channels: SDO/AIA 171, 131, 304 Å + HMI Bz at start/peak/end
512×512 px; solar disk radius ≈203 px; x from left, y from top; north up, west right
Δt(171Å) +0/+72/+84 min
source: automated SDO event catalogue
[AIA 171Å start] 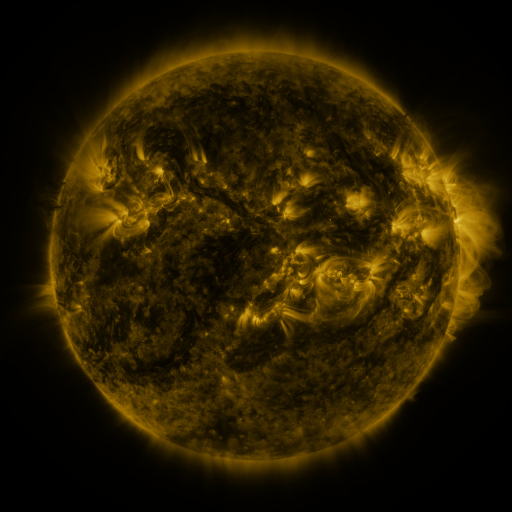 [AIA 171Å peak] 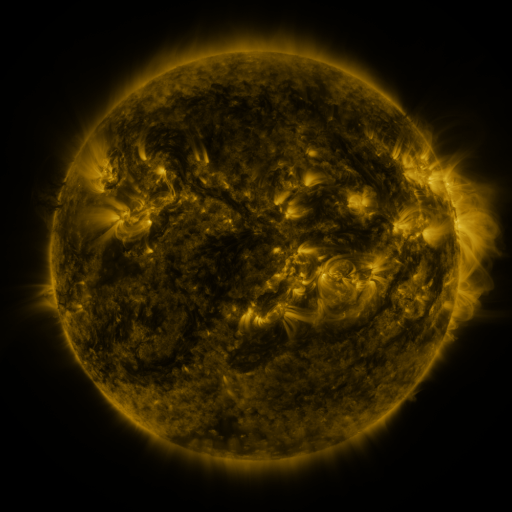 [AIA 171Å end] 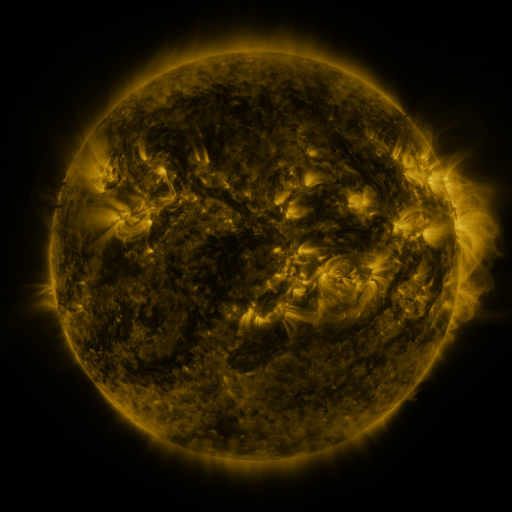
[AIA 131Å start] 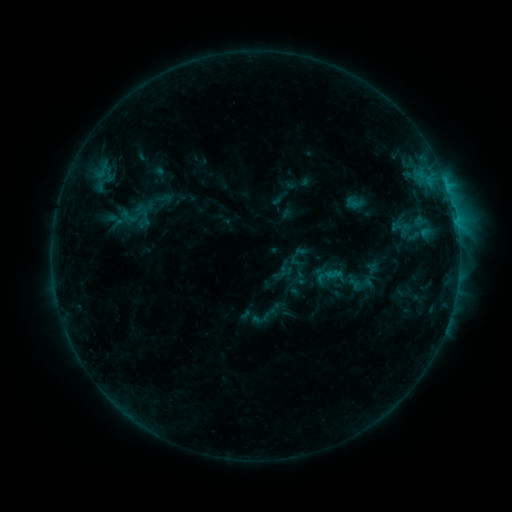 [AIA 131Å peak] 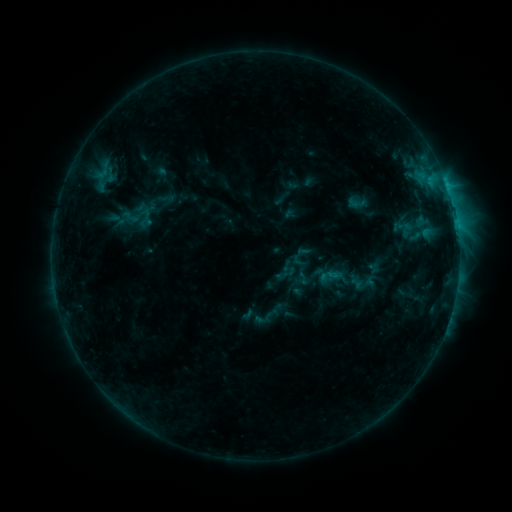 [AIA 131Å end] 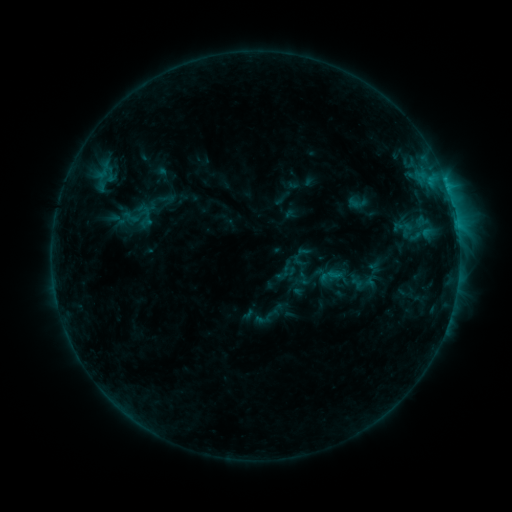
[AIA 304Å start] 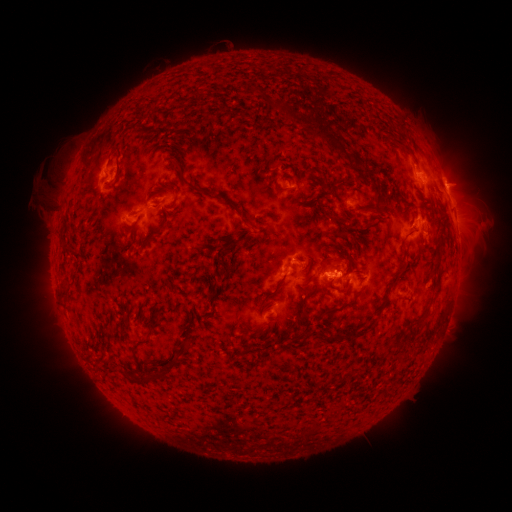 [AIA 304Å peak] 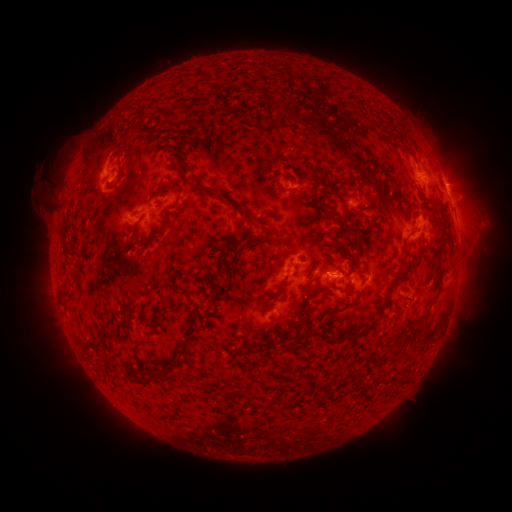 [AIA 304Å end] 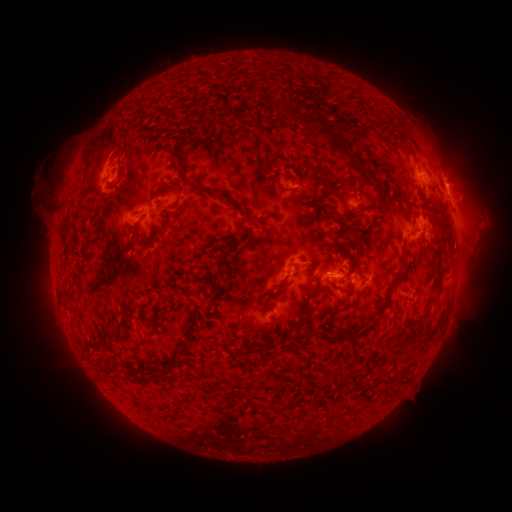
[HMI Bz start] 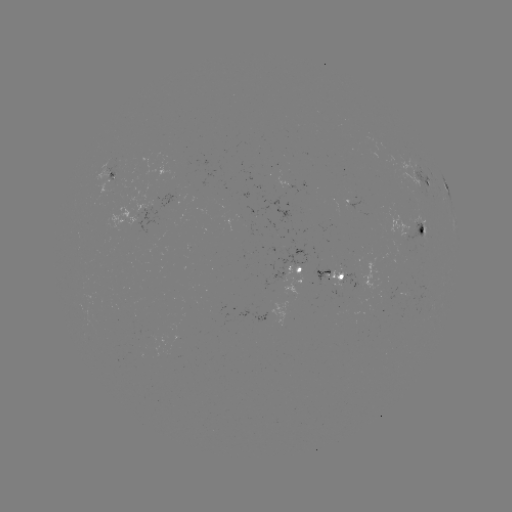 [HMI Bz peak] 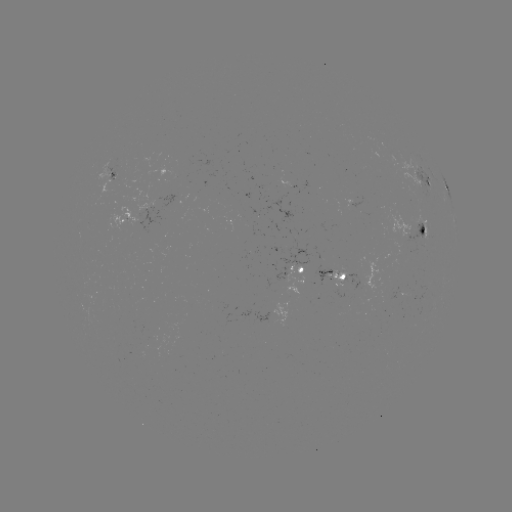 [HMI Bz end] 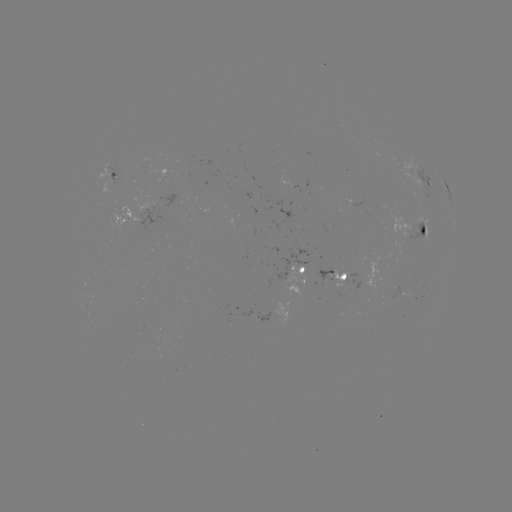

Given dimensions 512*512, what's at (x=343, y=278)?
emerging-flux region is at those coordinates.